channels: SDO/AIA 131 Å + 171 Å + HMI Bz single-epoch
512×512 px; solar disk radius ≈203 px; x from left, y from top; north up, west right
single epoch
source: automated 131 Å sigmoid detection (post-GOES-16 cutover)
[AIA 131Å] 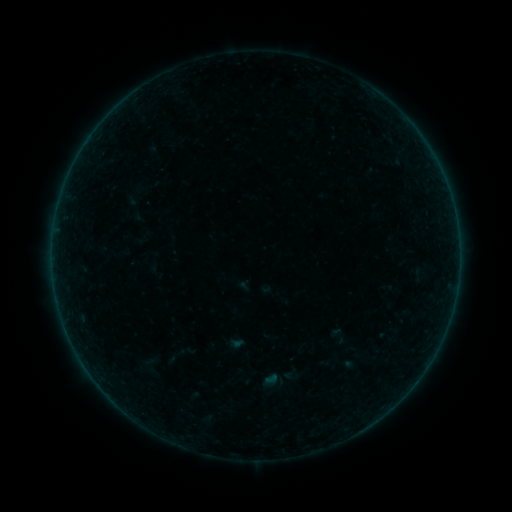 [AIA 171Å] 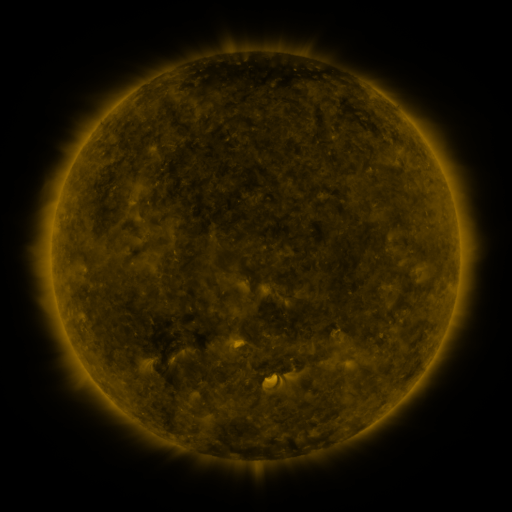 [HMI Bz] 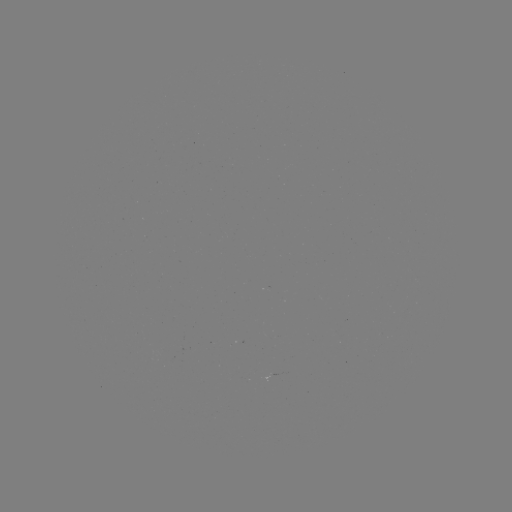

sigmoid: (130, 353, 172, 381)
